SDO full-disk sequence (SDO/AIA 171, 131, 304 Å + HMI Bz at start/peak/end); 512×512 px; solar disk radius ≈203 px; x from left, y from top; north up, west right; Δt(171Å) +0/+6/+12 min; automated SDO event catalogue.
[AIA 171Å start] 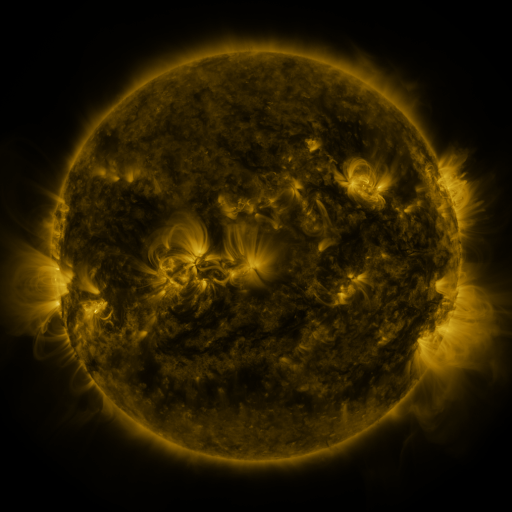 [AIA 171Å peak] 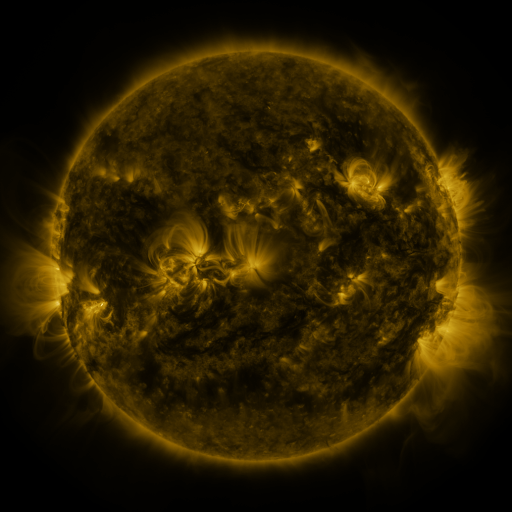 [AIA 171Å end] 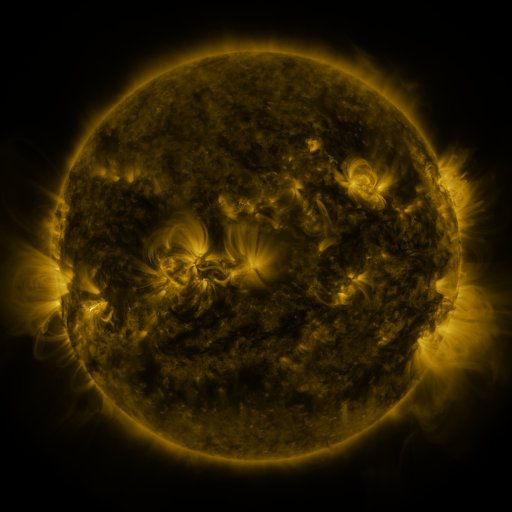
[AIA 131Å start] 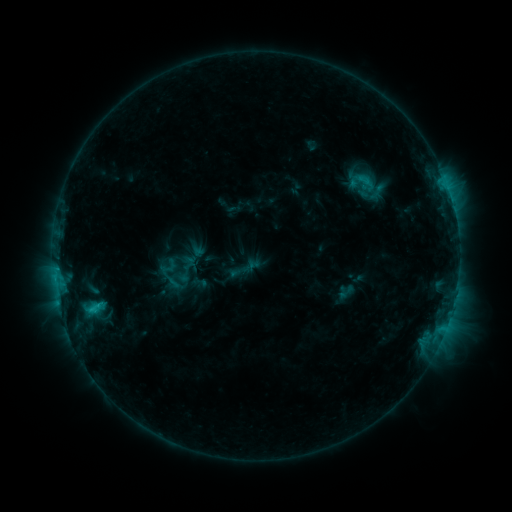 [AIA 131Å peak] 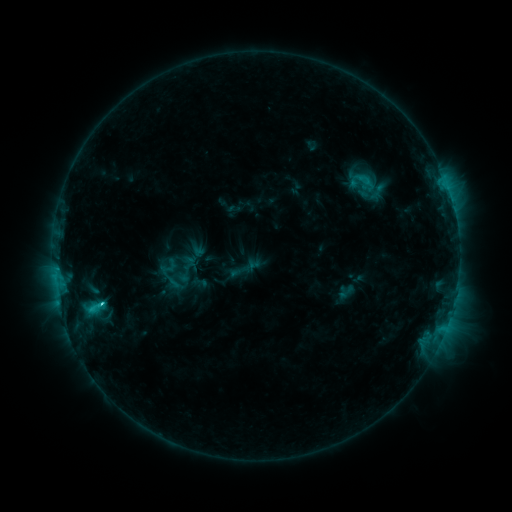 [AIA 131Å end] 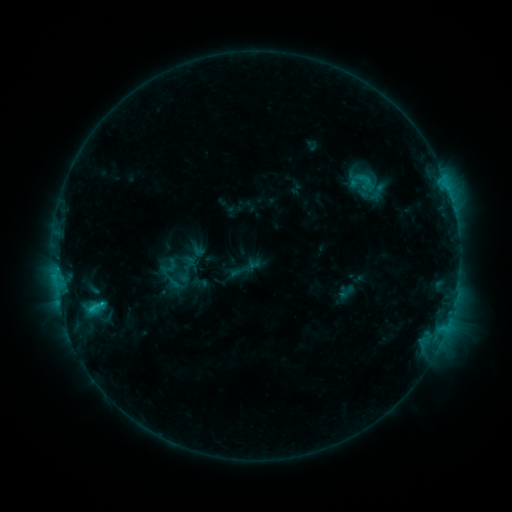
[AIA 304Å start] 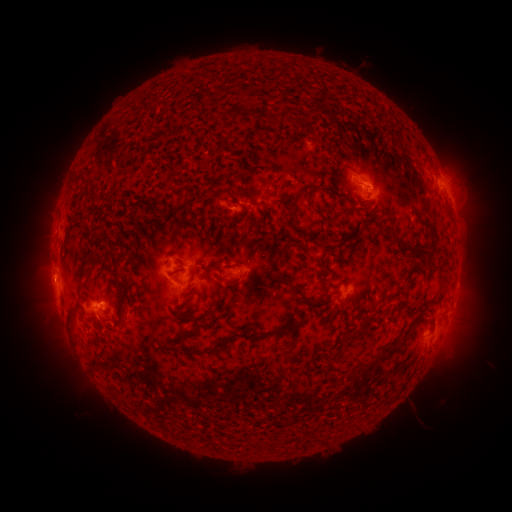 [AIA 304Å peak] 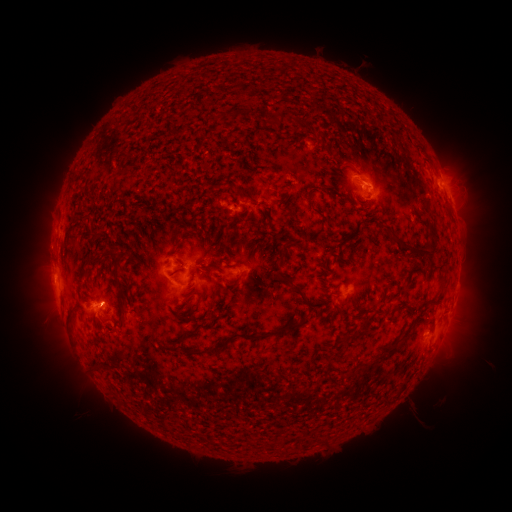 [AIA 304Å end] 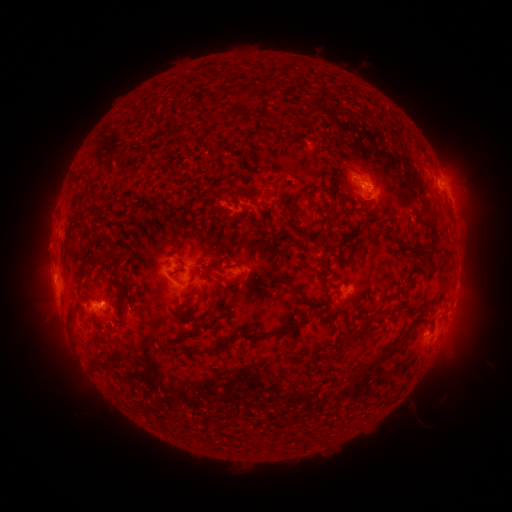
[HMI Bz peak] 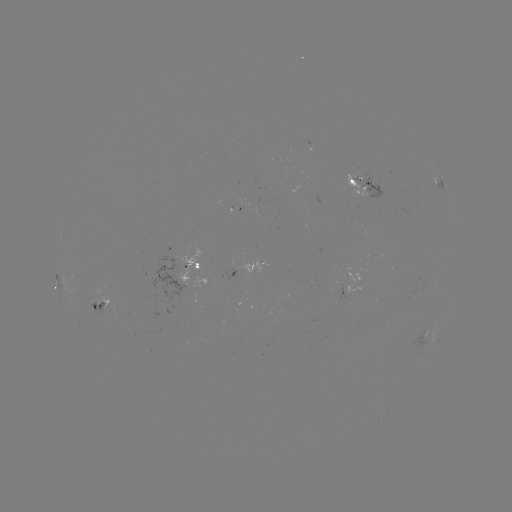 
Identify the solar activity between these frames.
C1.6 flare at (103, 303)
